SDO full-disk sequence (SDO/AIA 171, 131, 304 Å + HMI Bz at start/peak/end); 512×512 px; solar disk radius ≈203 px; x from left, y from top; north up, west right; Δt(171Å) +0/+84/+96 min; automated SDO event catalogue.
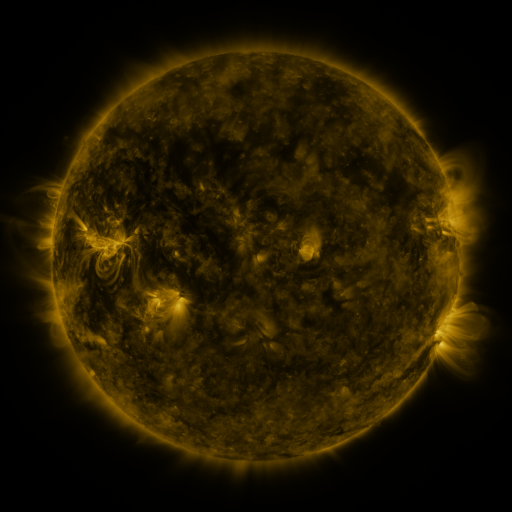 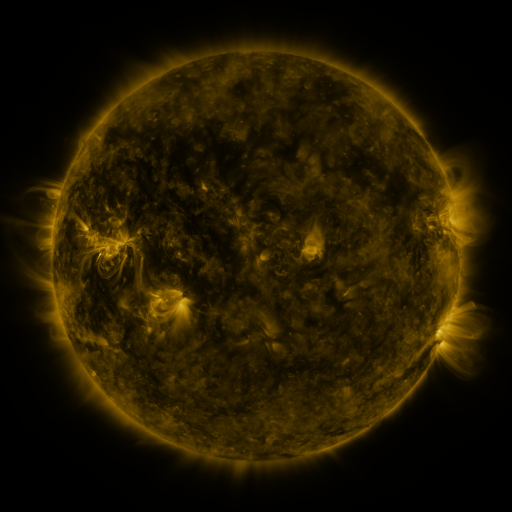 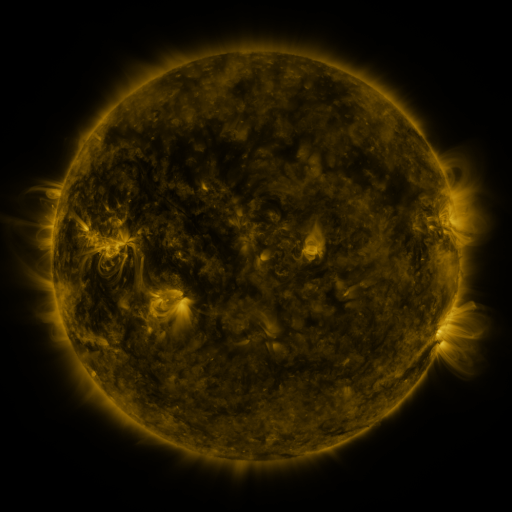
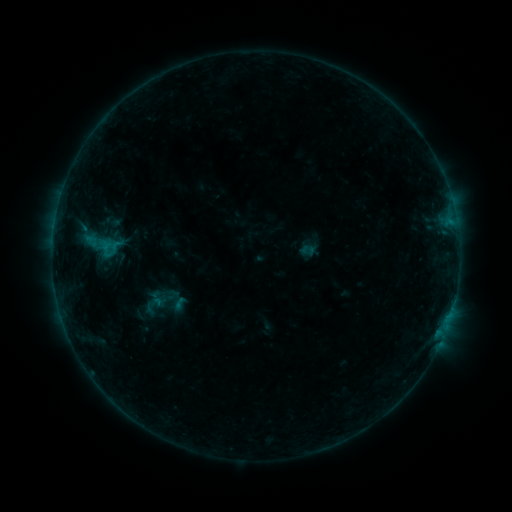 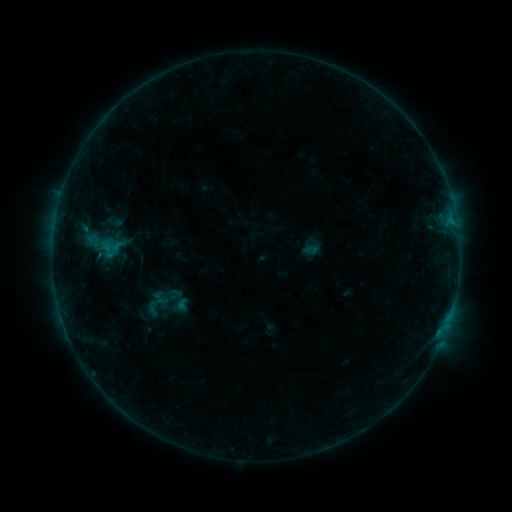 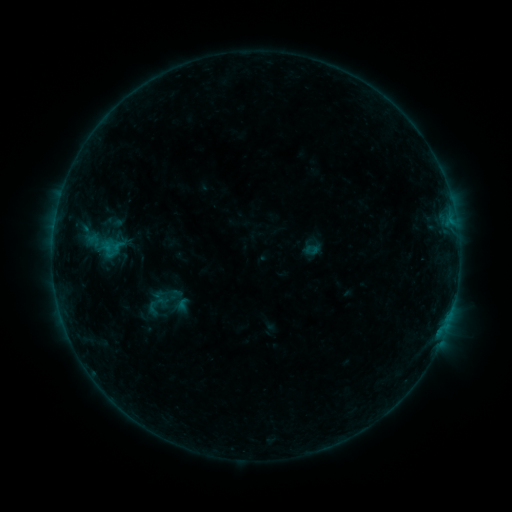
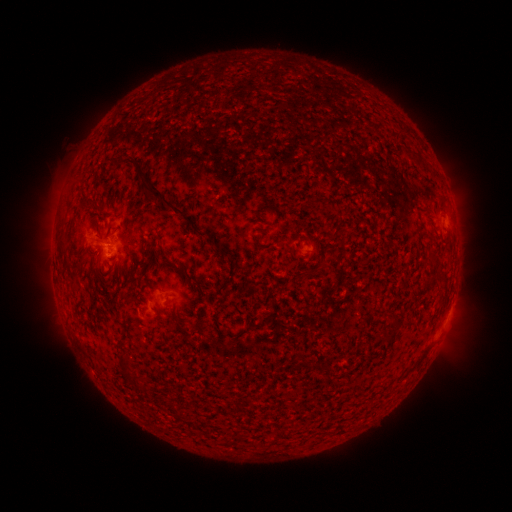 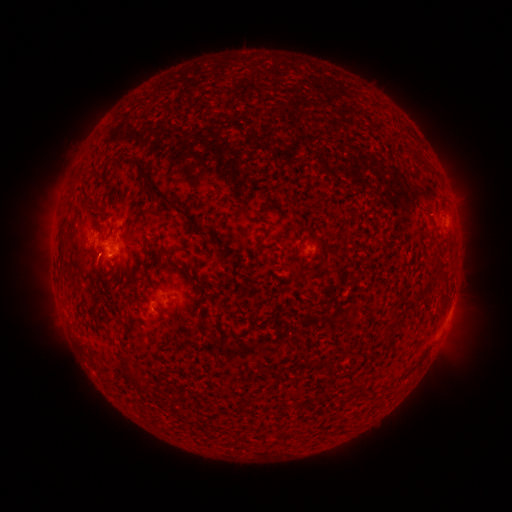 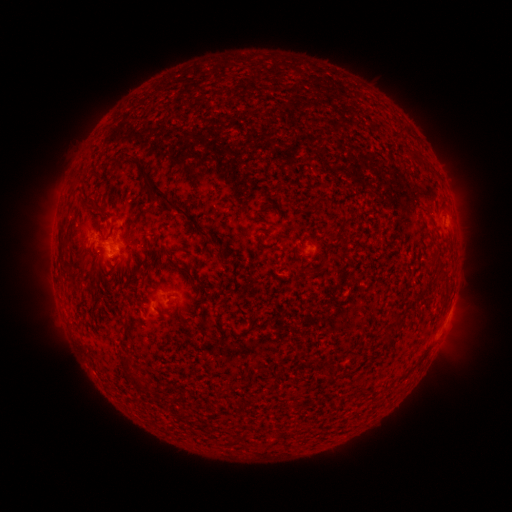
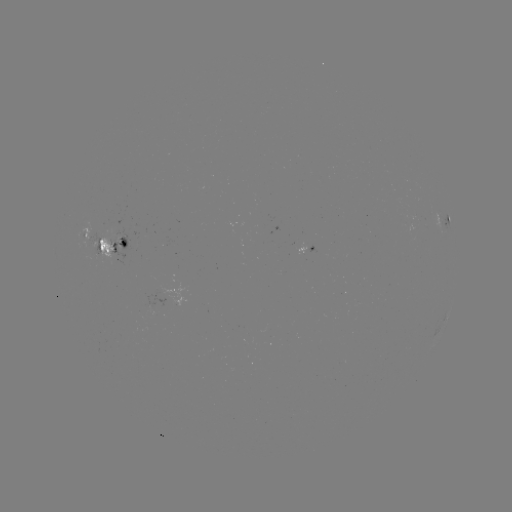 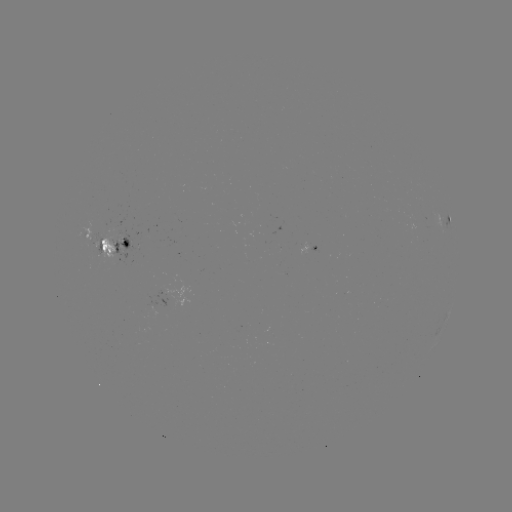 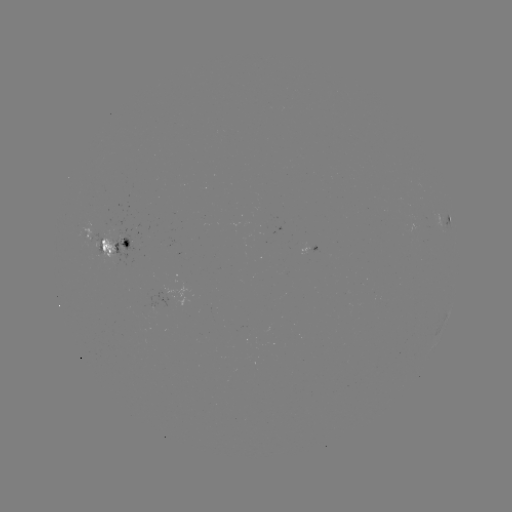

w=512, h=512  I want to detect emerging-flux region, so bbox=[104, 221, 115, 236].